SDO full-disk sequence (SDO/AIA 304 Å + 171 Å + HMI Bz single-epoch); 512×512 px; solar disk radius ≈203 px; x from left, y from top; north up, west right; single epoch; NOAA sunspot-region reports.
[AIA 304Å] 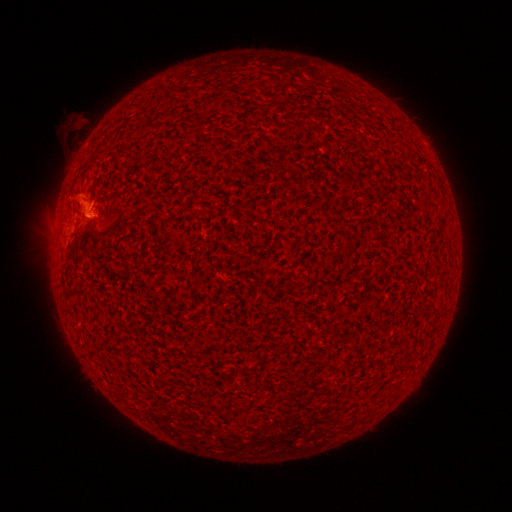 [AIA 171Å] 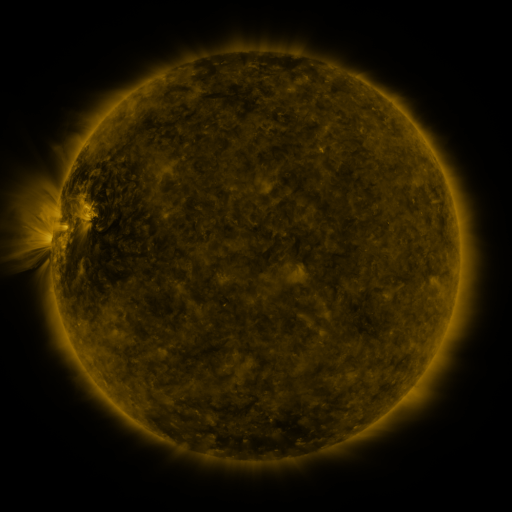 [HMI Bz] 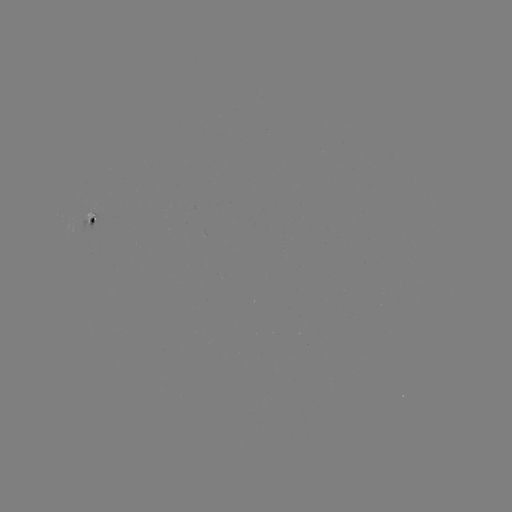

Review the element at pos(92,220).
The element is spotted active region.